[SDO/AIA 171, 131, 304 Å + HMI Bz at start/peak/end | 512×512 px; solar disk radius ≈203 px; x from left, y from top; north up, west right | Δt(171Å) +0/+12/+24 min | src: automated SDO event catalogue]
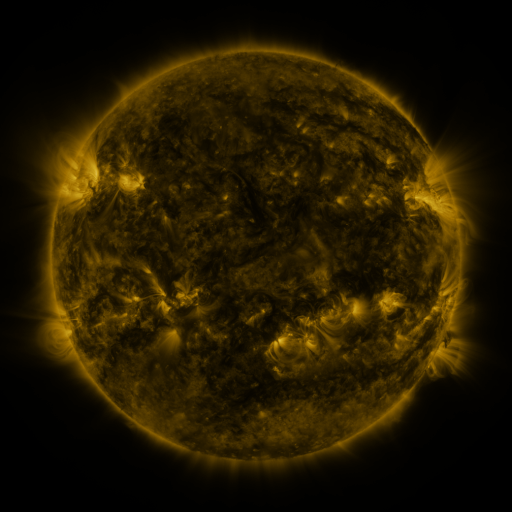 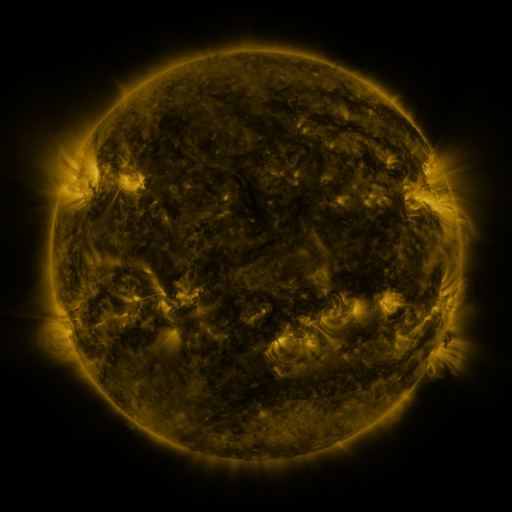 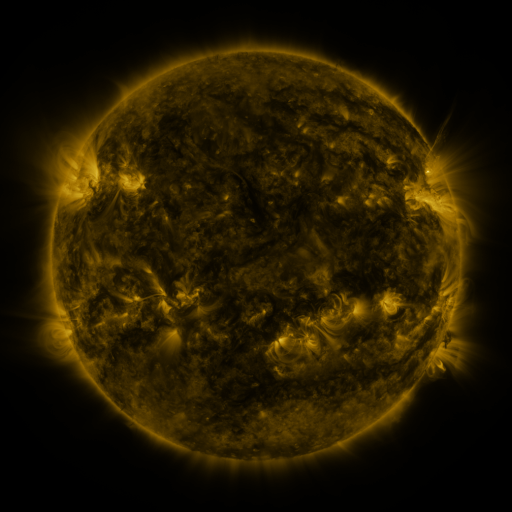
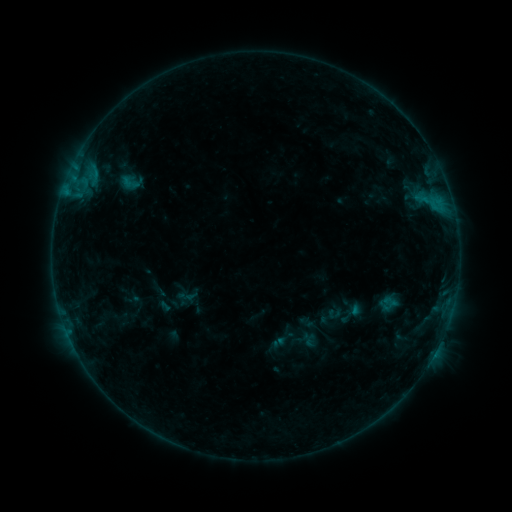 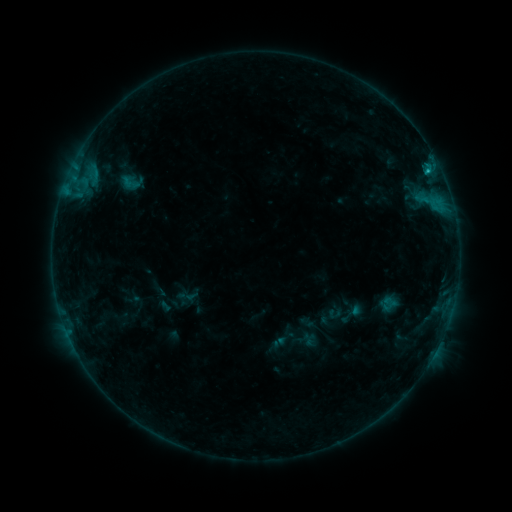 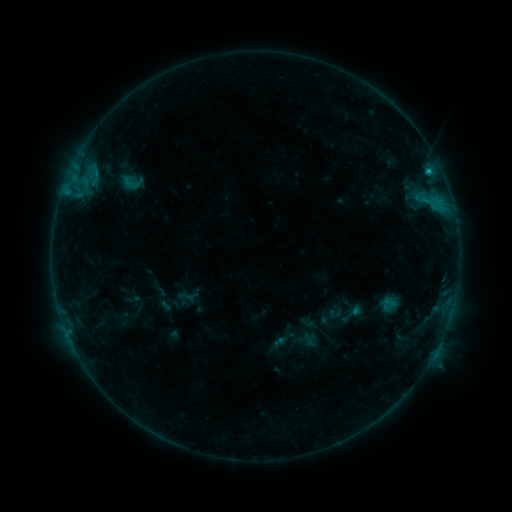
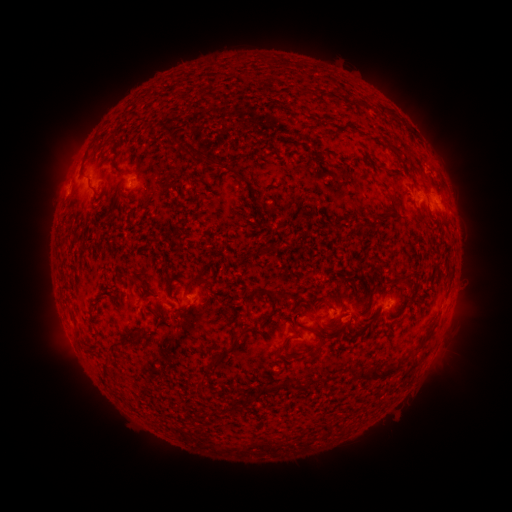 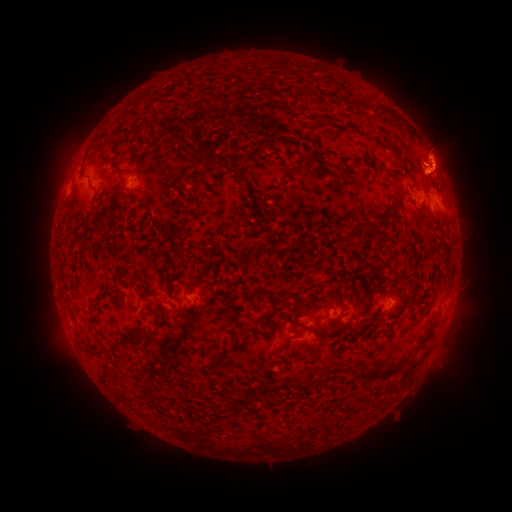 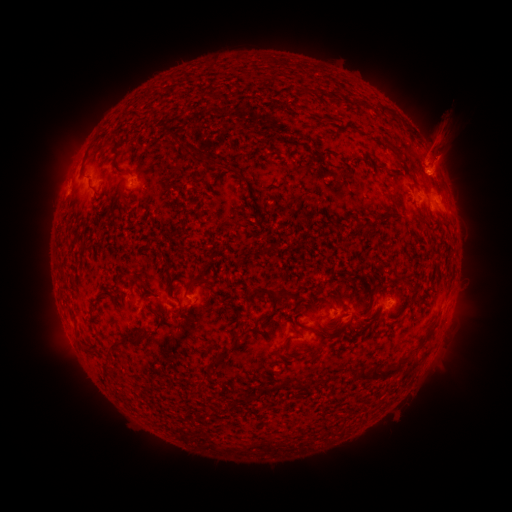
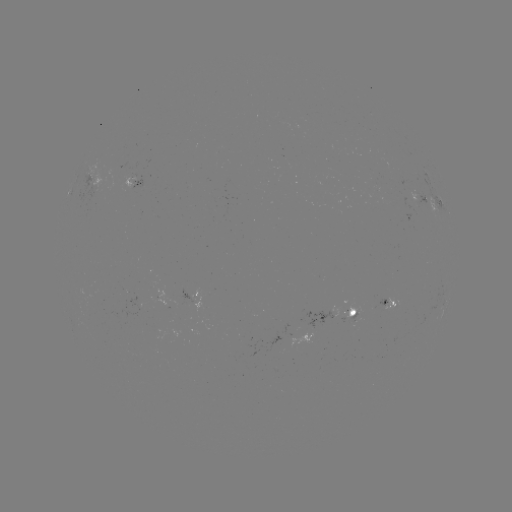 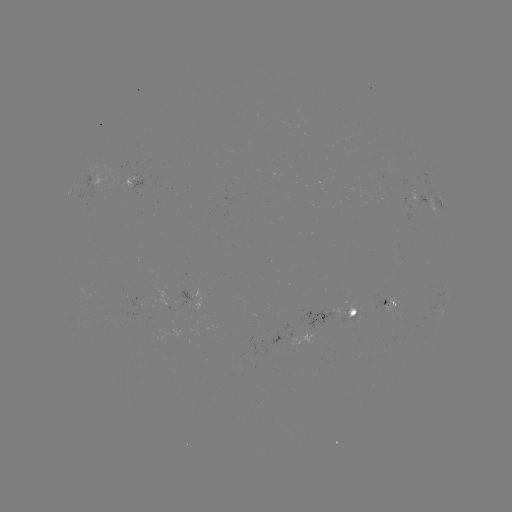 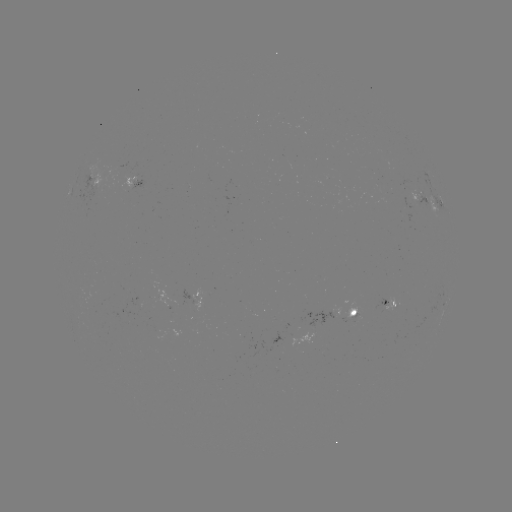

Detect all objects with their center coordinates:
B8.9 flare: (426, 171)
